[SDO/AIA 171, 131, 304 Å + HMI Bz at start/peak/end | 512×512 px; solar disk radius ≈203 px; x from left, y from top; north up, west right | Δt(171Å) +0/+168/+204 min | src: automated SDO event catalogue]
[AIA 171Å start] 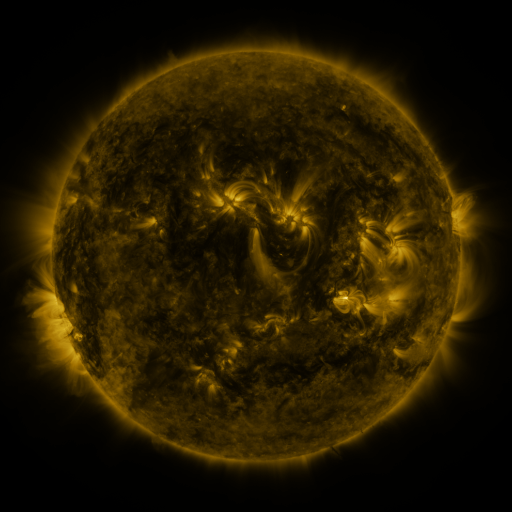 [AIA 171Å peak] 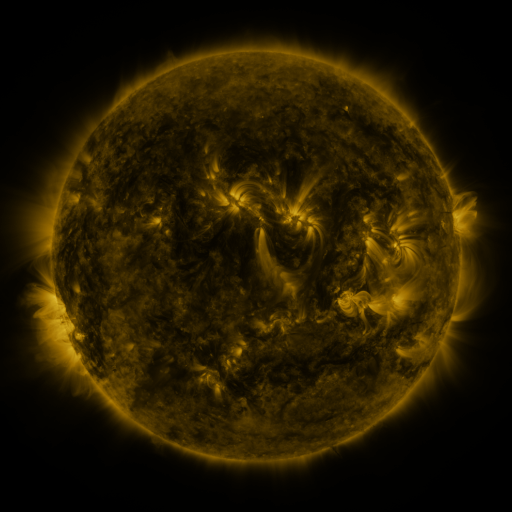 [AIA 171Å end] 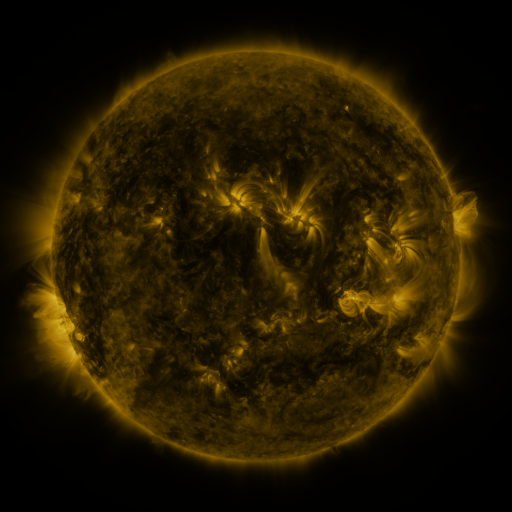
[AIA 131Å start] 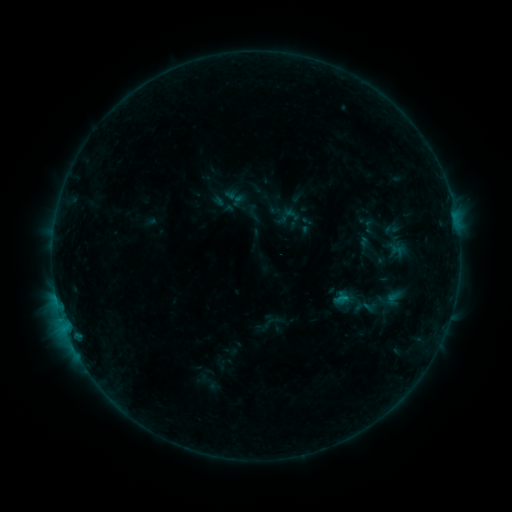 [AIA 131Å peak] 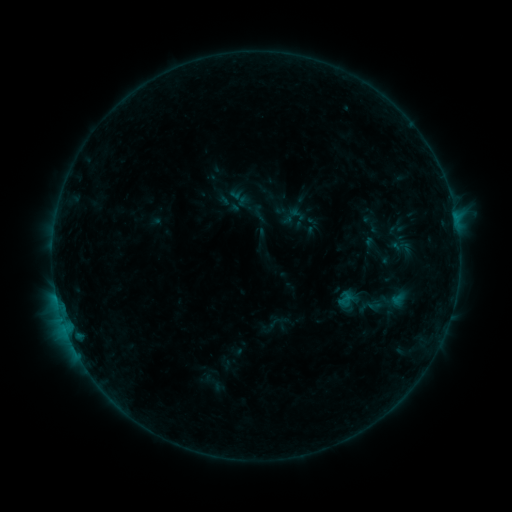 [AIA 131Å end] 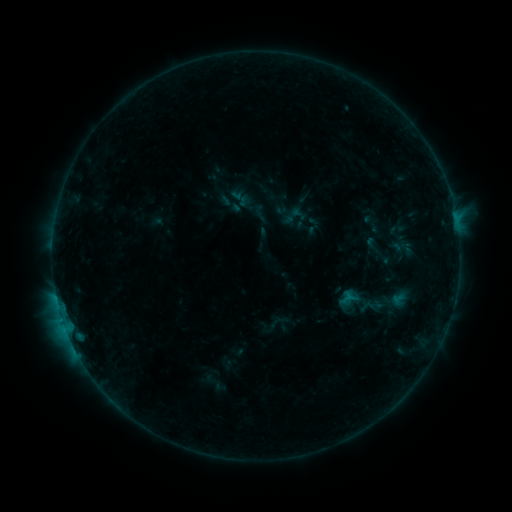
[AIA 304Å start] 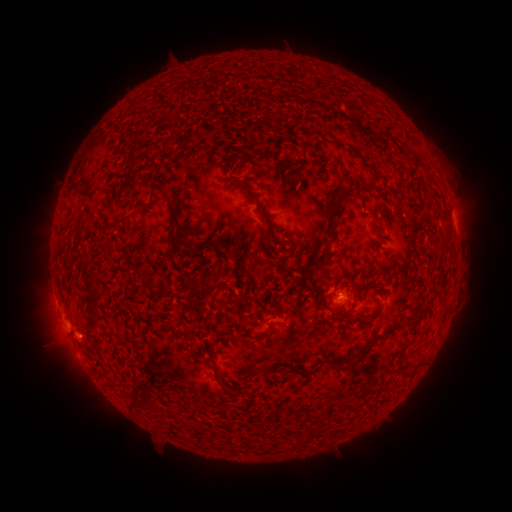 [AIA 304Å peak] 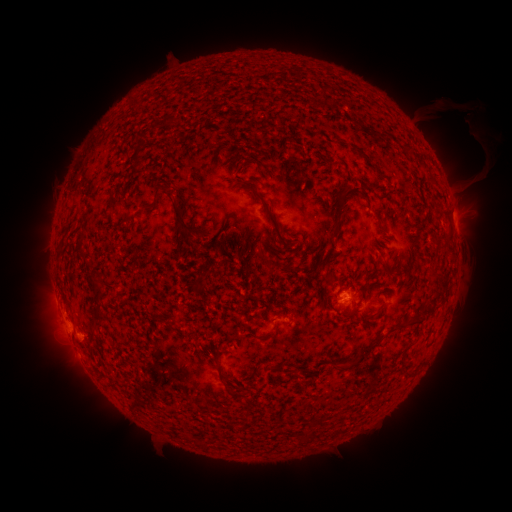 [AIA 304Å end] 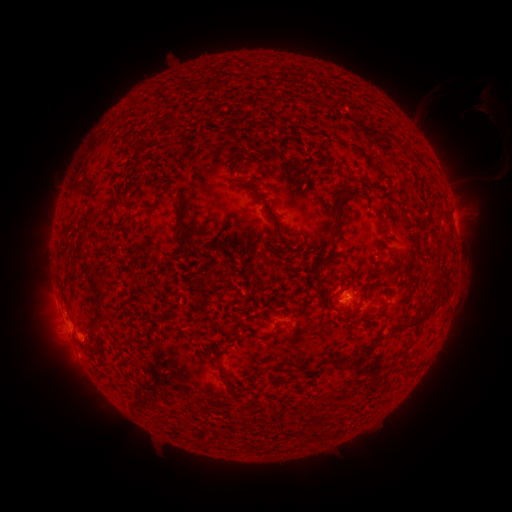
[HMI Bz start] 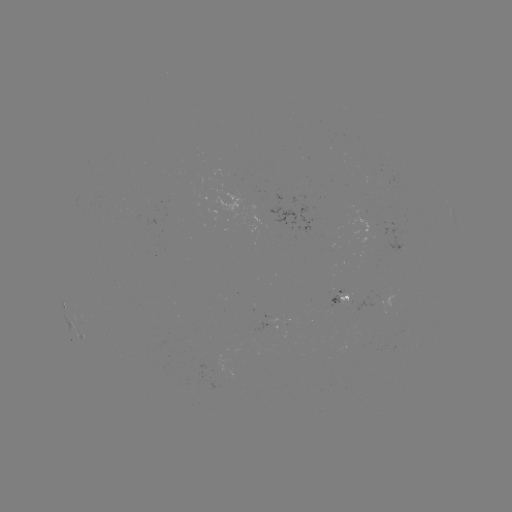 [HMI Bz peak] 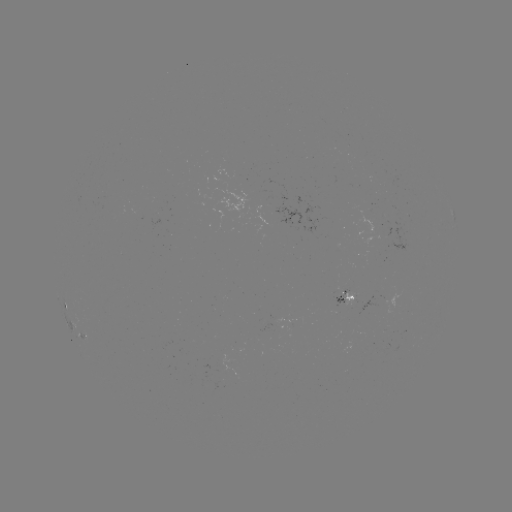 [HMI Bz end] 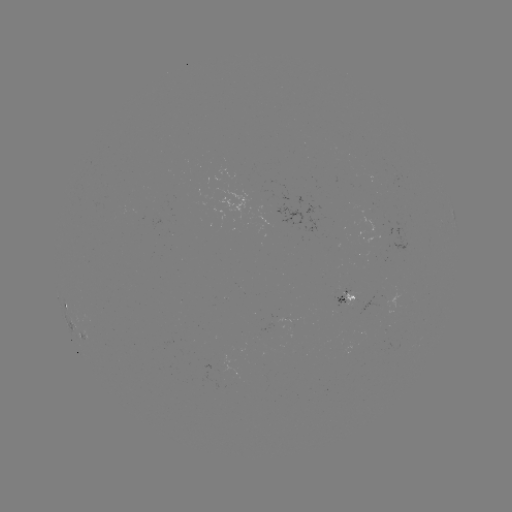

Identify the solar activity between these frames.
emerging-flux region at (283, 318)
